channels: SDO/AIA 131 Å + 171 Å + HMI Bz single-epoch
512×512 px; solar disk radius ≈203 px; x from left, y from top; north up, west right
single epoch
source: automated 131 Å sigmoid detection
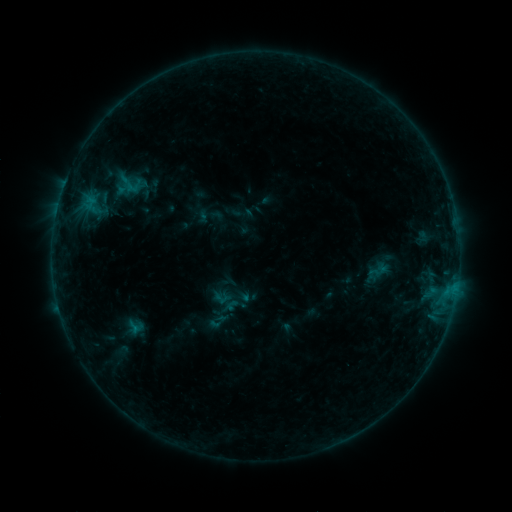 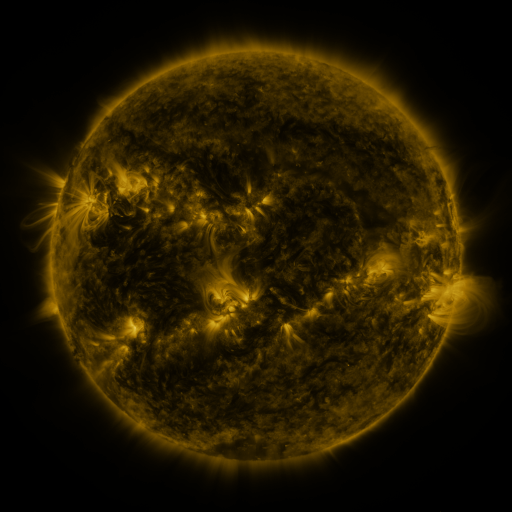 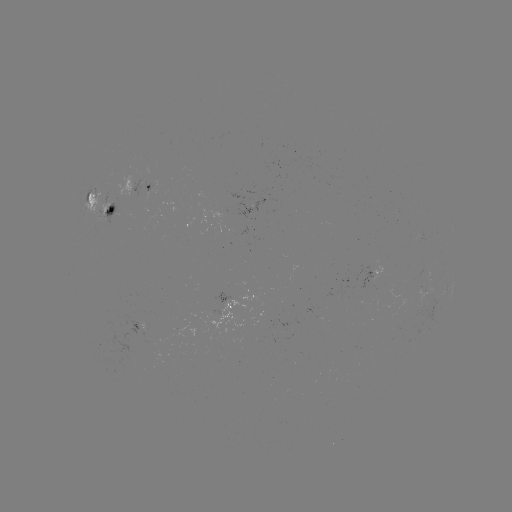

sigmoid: <bbox>213, 290, 232, 308</bbox>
